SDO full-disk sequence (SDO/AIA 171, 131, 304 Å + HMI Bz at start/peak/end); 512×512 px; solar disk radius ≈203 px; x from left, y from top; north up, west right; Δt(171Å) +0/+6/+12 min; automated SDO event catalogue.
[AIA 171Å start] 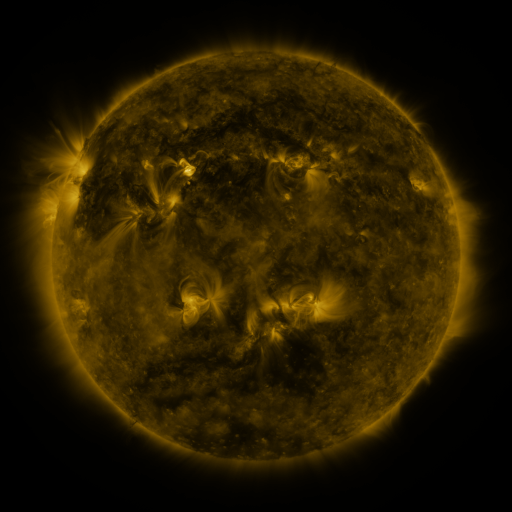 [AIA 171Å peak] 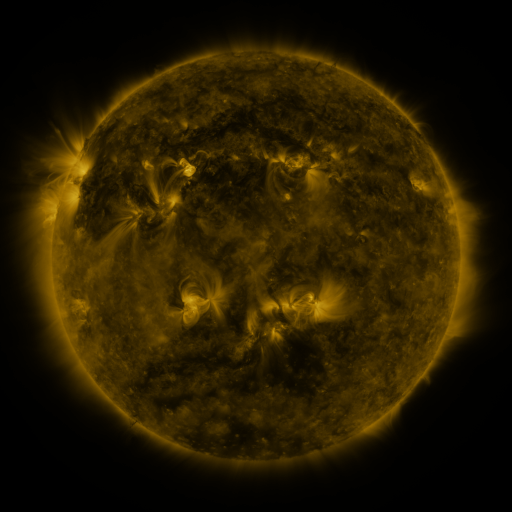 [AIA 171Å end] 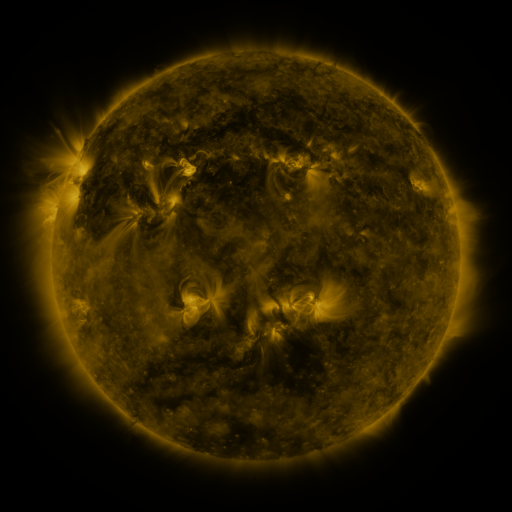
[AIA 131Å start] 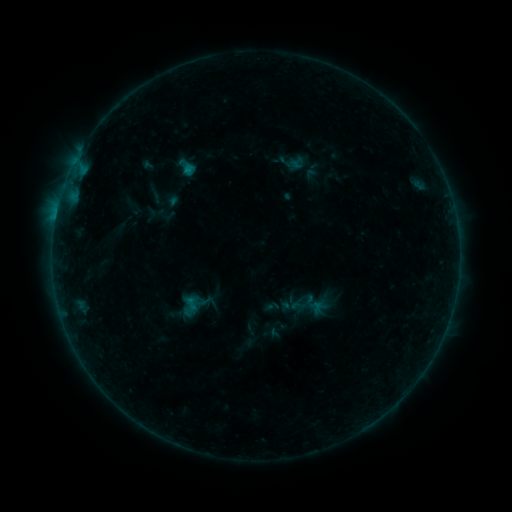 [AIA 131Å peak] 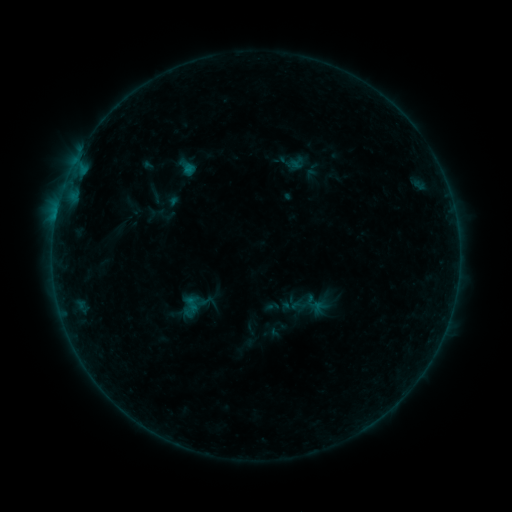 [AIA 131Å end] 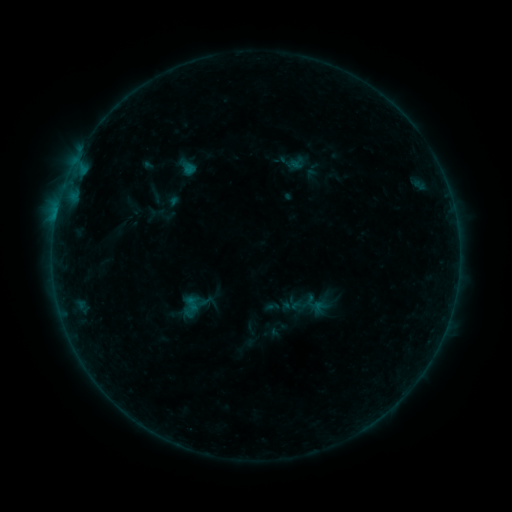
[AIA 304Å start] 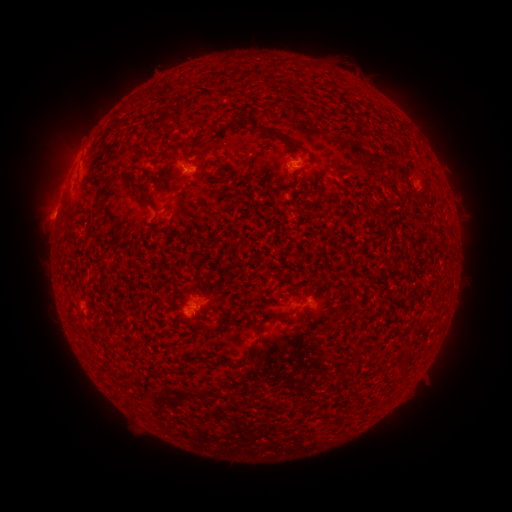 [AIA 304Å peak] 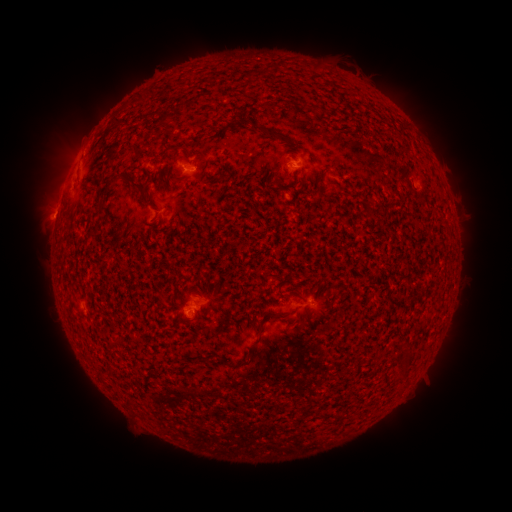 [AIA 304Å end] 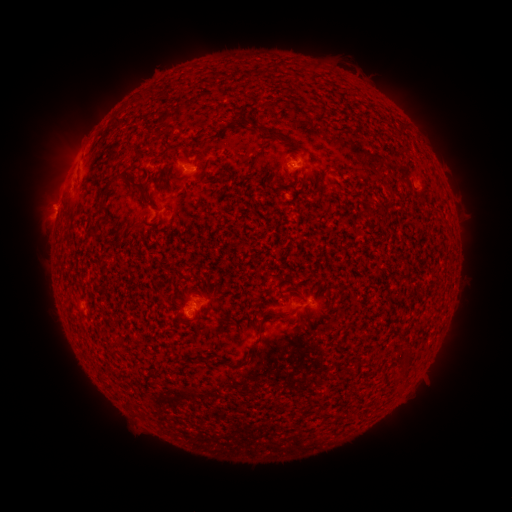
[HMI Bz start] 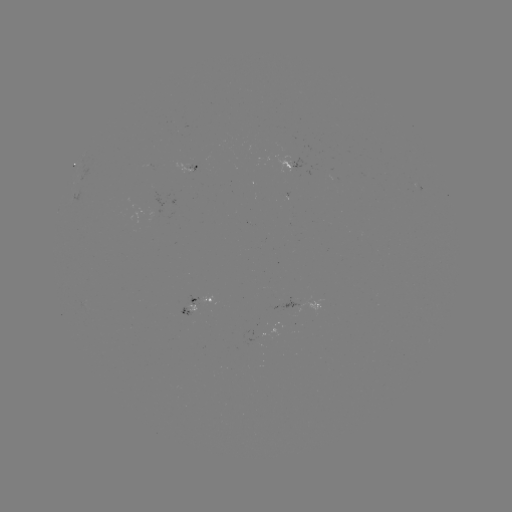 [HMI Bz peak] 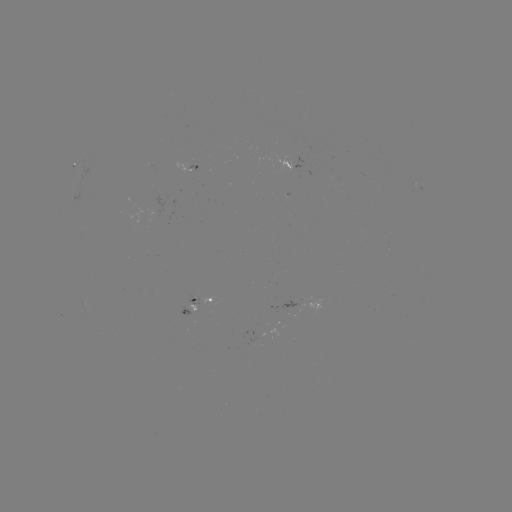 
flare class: B1.2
